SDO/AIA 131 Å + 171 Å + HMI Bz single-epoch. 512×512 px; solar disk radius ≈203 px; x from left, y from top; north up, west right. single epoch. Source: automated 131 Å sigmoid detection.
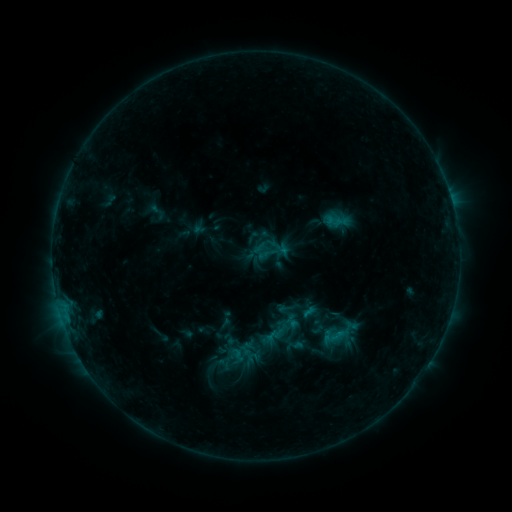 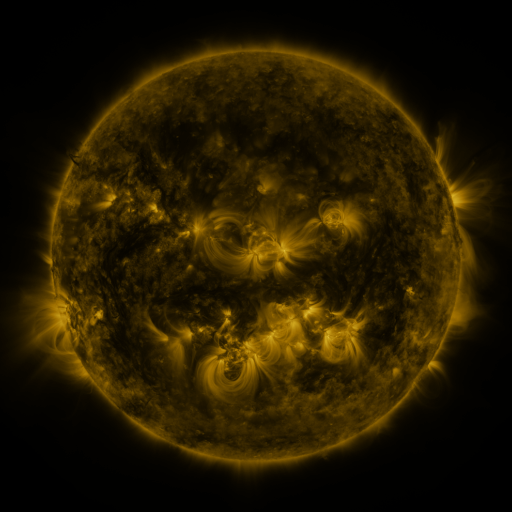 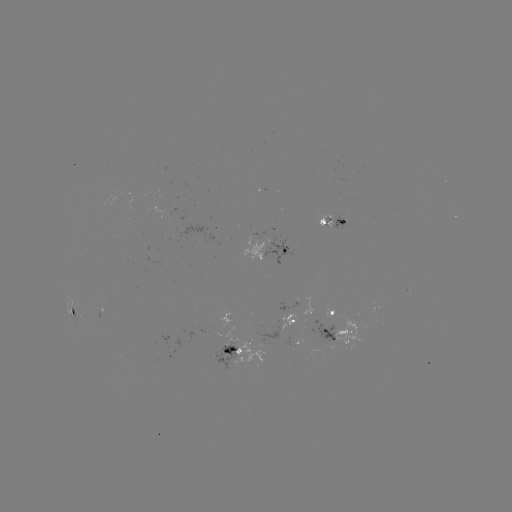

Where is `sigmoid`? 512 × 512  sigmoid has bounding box [297, 303, 331, 337].